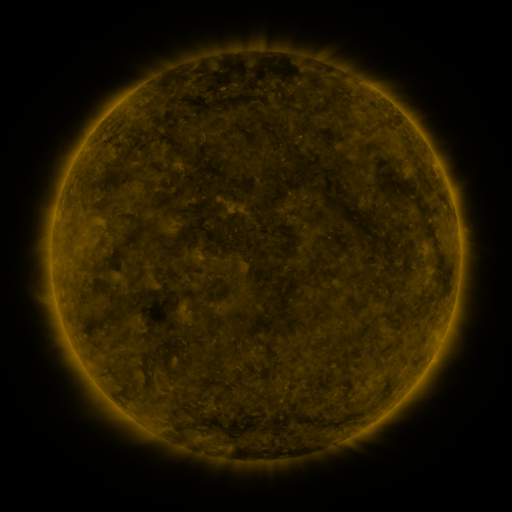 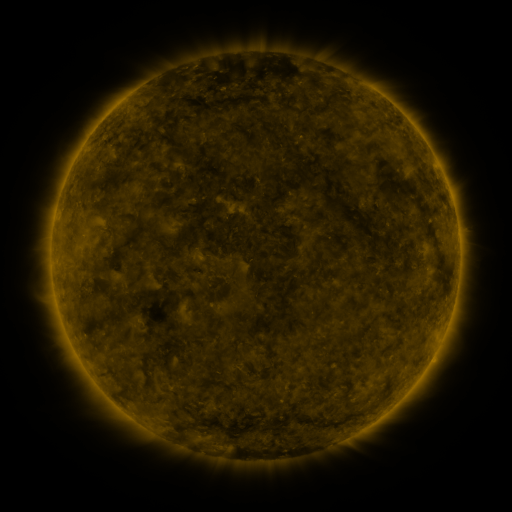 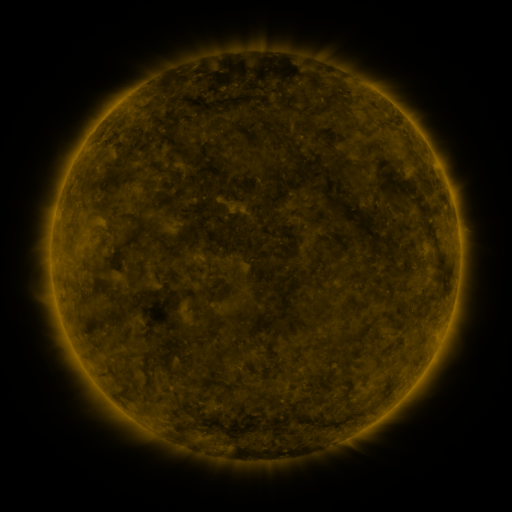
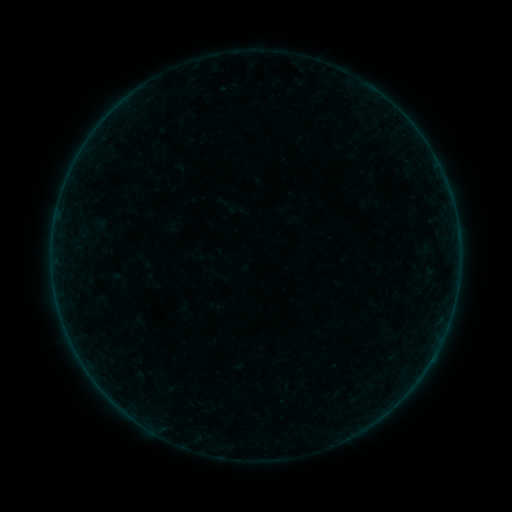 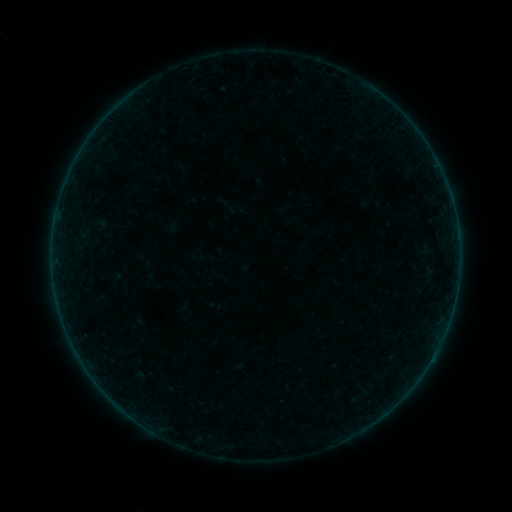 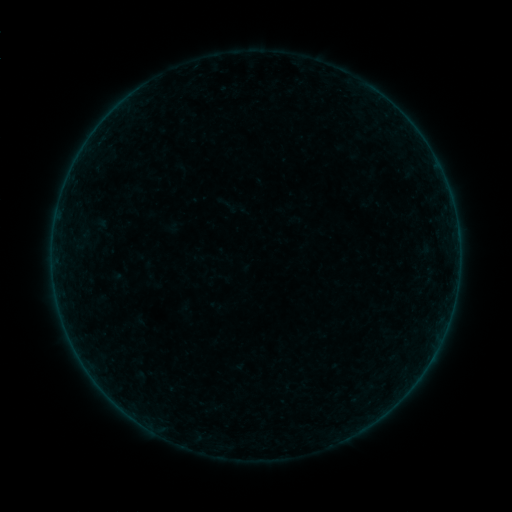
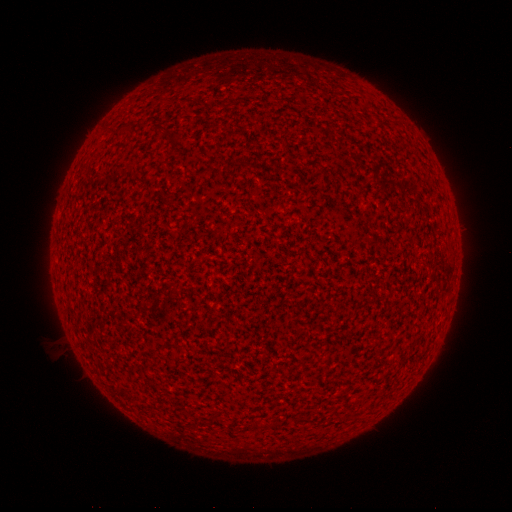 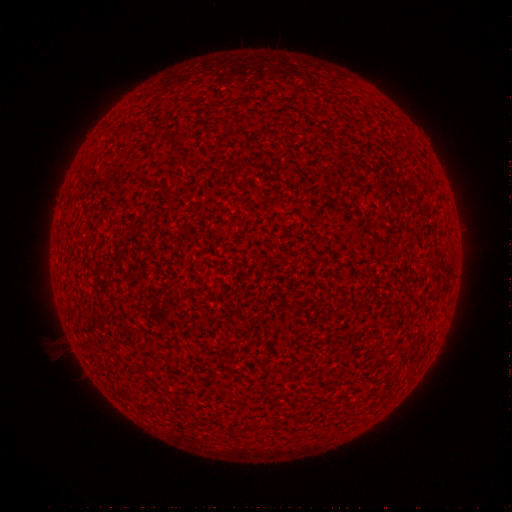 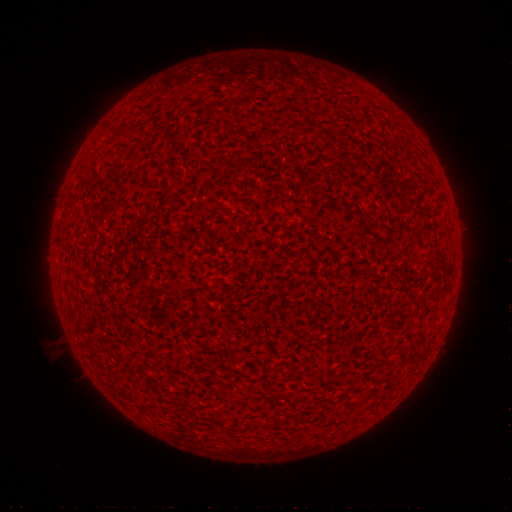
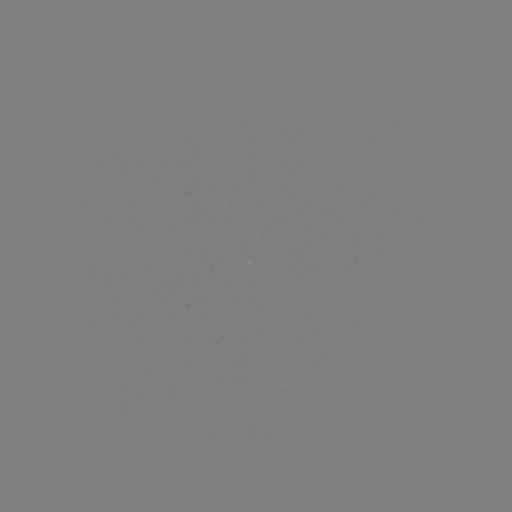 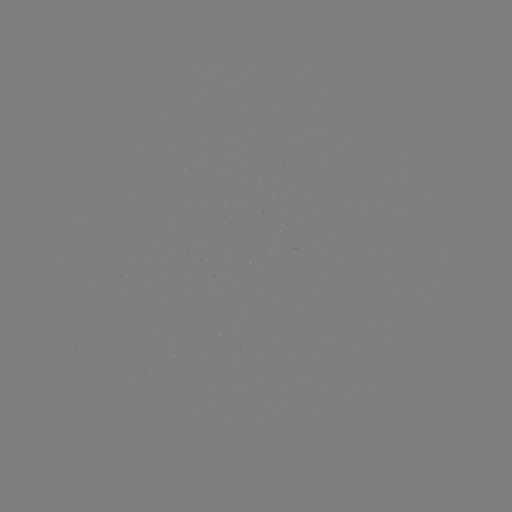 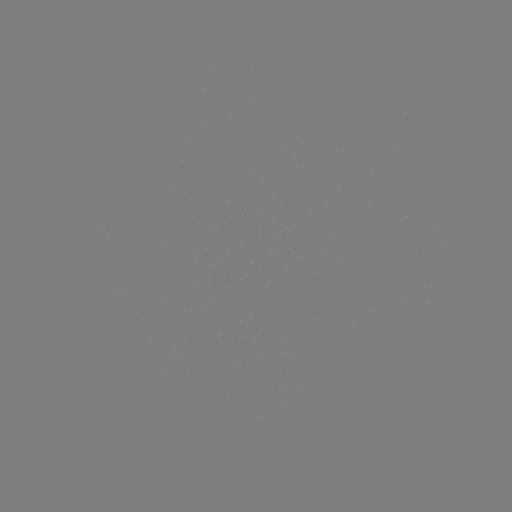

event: flare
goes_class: A2.0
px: (354, 398)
